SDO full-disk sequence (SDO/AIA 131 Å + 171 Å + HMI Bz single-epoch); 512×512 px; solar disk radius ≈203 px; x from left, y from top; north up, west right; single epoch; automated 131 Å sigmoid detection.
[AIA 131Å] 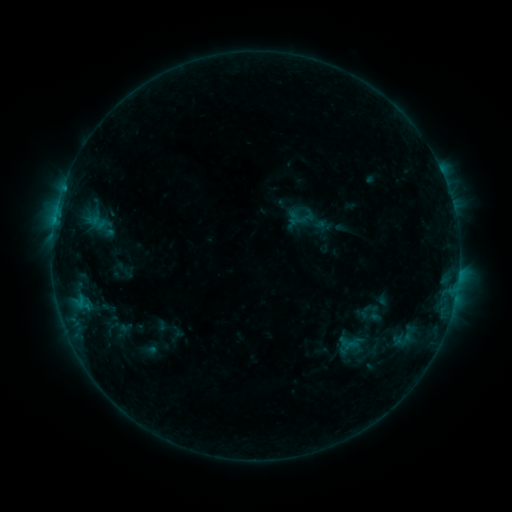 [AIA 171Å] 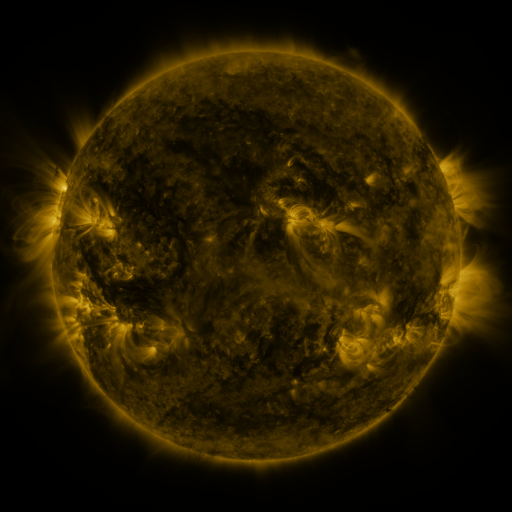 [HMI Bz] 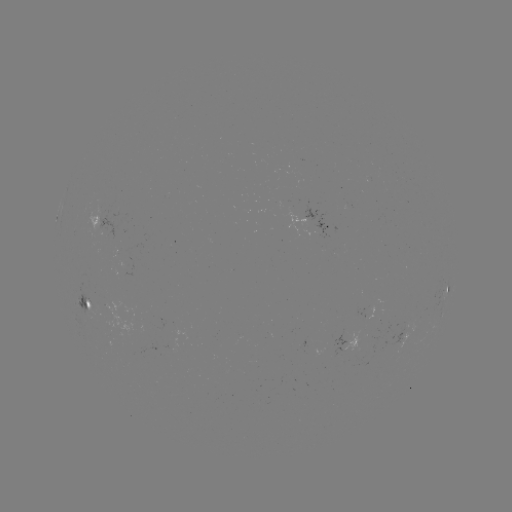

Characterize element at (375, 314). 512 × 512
sigmoid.